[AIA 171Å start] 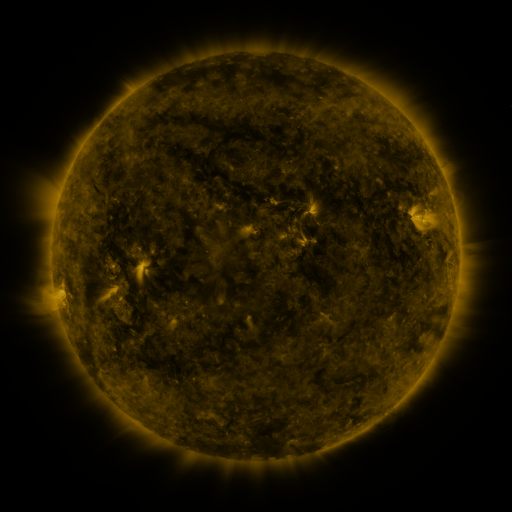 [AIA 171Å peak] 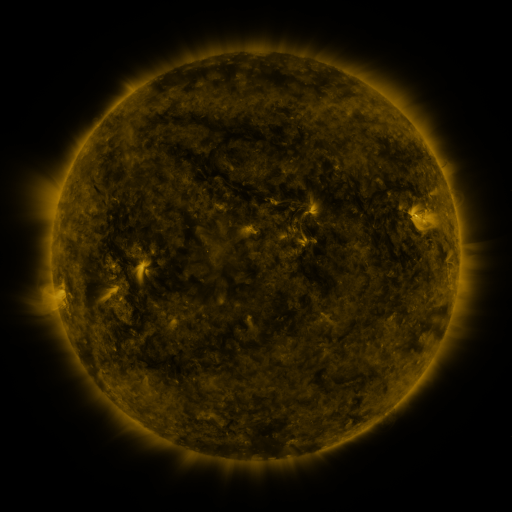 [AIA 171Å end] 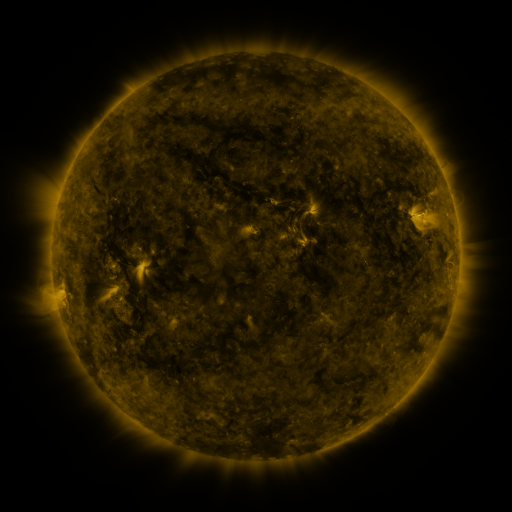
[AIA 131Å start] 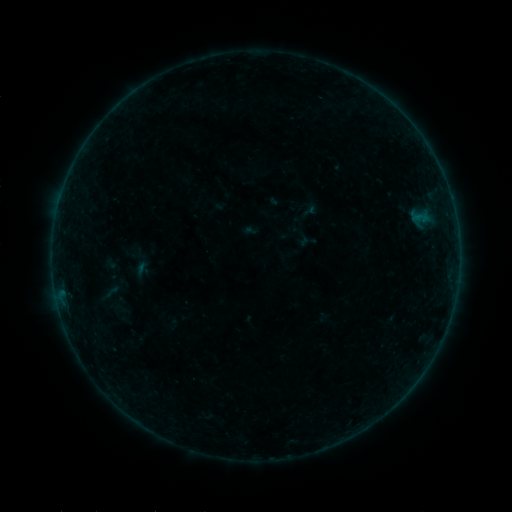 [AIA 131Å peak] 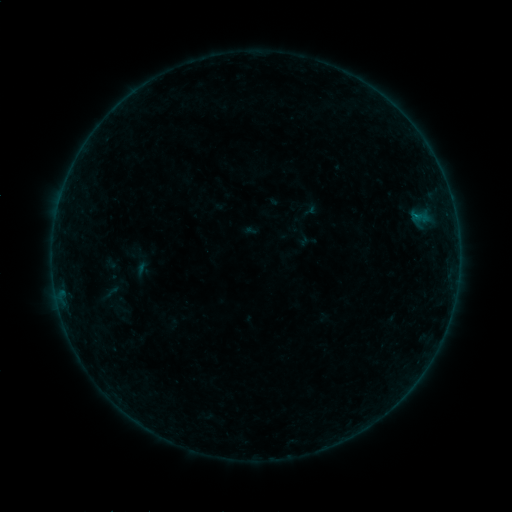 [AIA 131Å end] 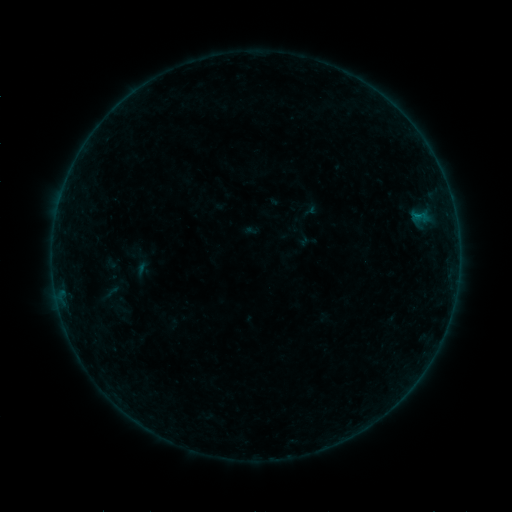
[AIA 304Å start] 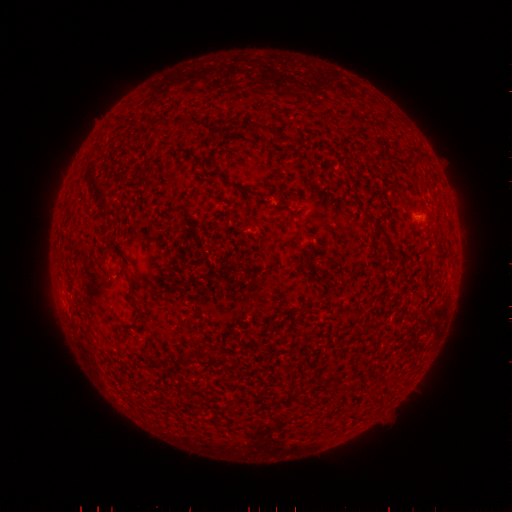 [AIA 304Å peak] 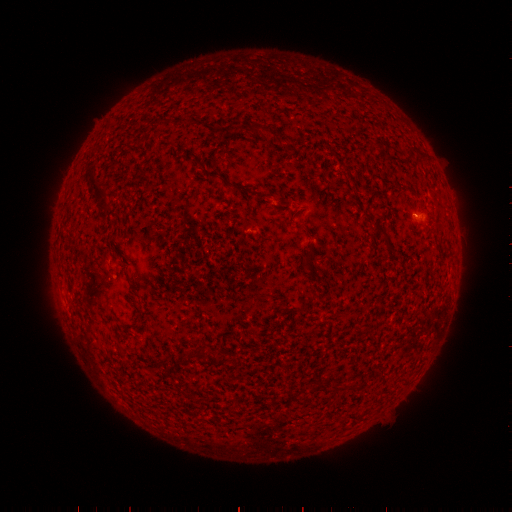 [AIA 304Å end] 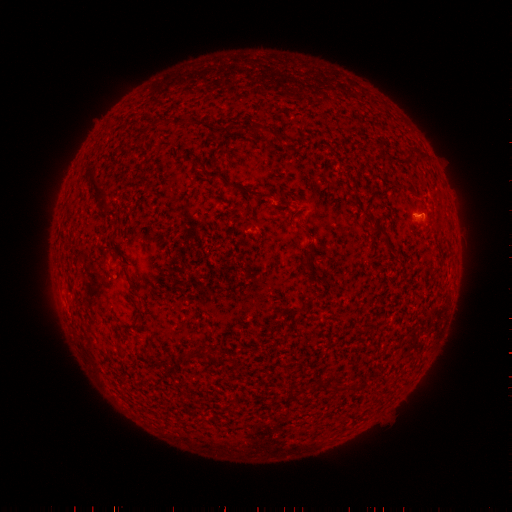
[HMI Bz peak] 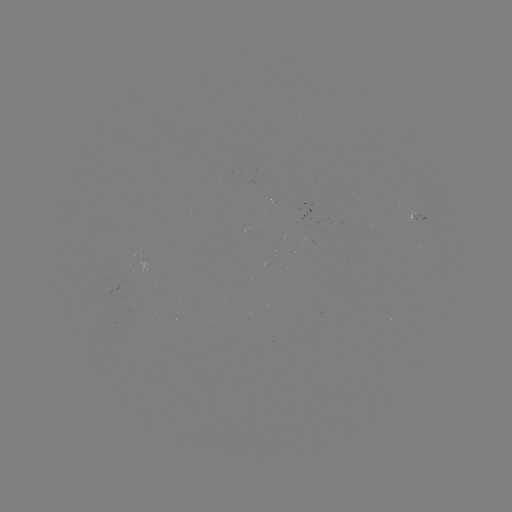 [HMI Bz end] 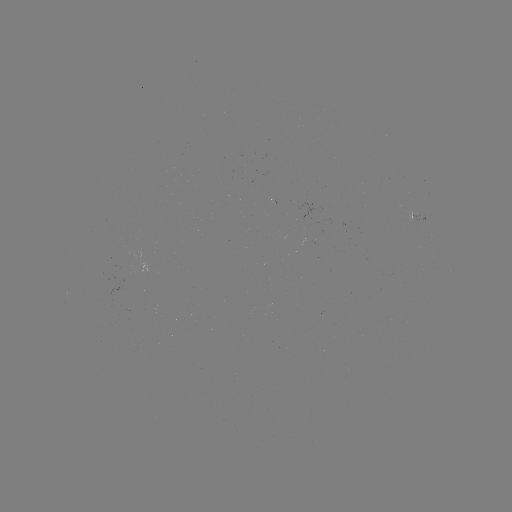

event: flare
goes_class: B1.5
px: (416, 218)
